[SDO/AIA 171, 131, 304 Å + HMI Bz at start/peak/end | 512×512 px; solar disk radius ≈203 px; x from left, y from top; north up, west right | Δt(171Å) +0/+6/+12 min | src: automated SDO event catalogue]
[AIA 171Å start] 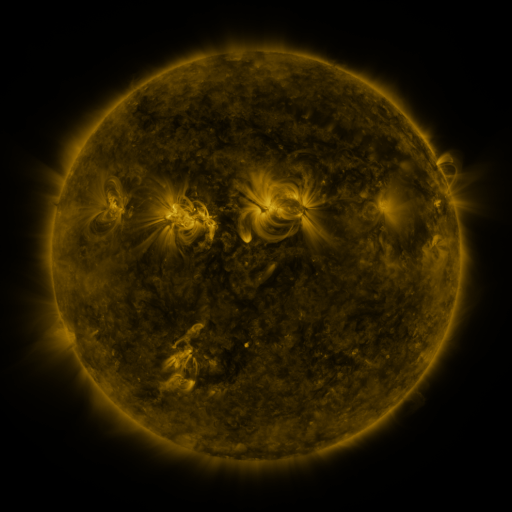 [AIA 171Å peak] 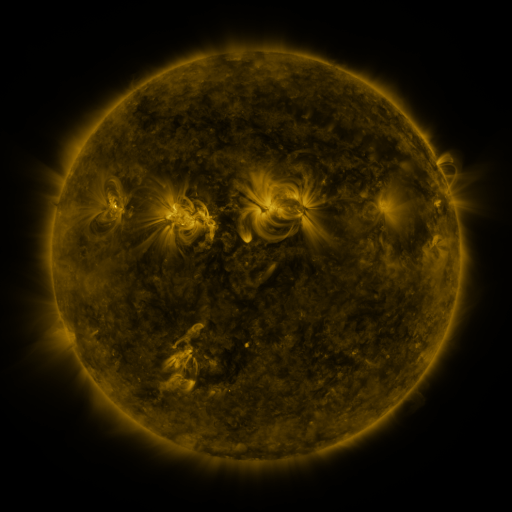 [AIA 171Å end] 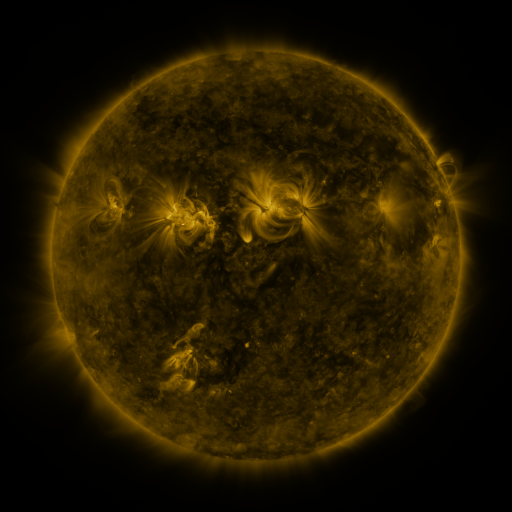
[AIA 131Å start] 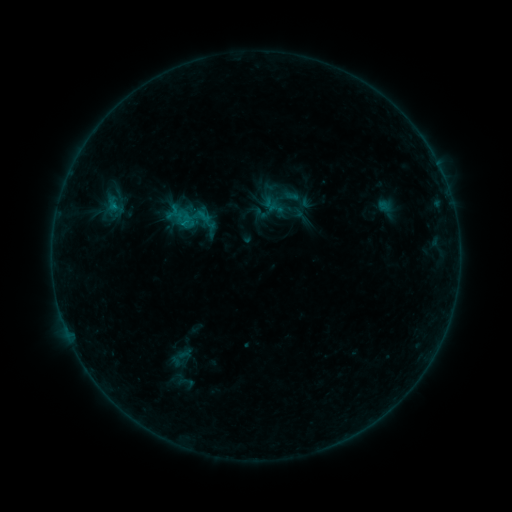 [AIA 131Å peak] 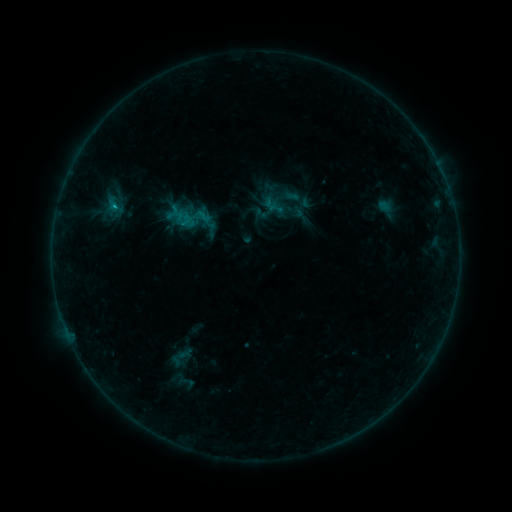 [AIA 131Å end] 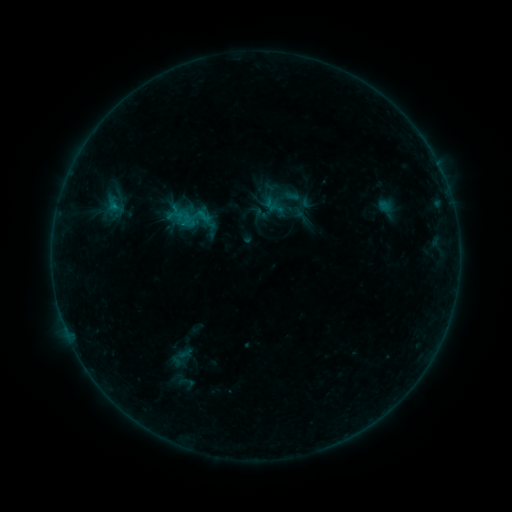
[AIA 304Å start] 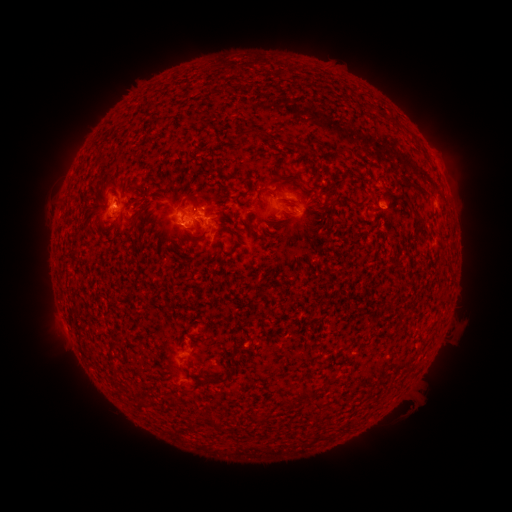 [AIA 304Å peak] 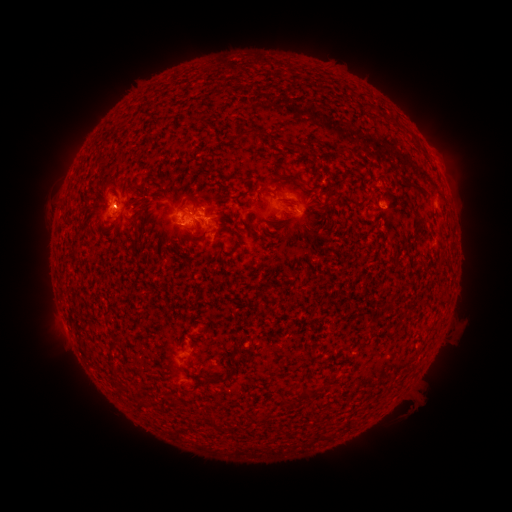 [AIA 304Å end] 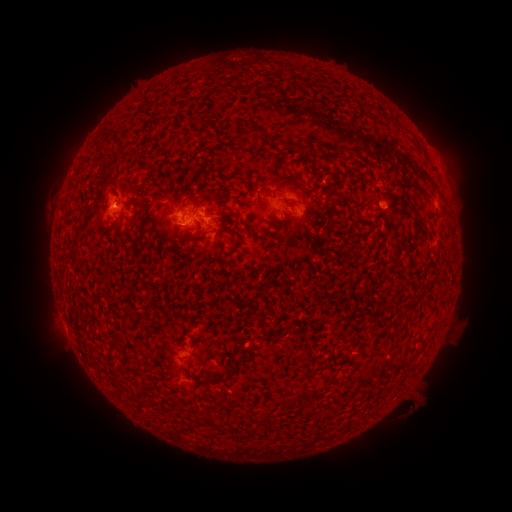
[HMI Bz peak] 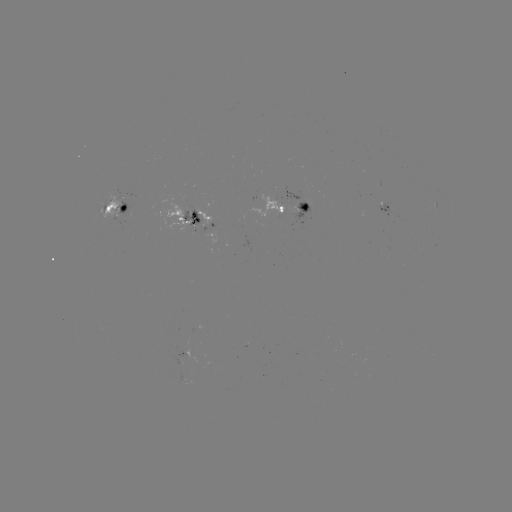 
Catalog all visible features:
B7.5 flare: (115, 210)
